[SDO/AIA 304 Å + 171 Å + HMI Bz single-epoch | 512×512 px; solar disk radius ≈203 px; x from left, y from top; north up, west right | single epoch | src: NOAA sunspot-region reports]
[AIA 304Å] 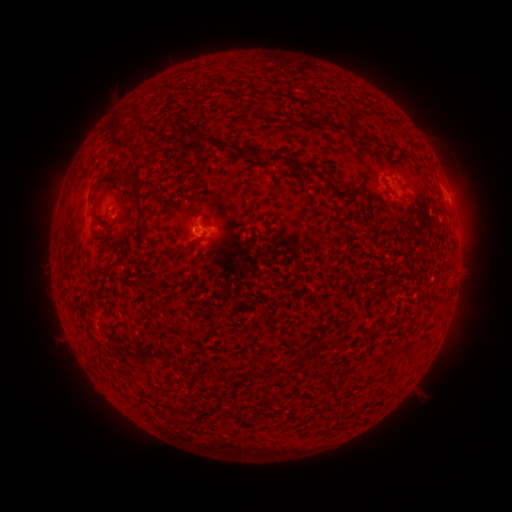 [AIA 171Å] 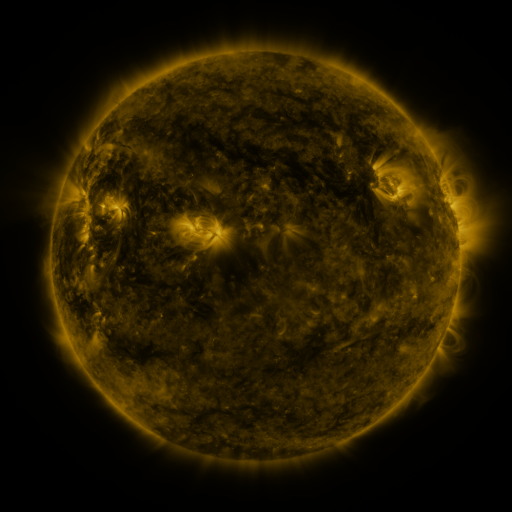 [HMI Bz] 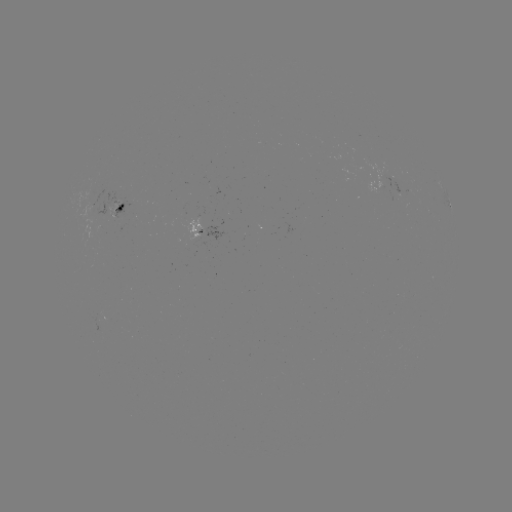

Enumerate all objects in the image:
spotted active region: (376, 187)
spotted active region: (448, 200)
spotted active region: (121, 211)
spotted active region: (206, 229)
